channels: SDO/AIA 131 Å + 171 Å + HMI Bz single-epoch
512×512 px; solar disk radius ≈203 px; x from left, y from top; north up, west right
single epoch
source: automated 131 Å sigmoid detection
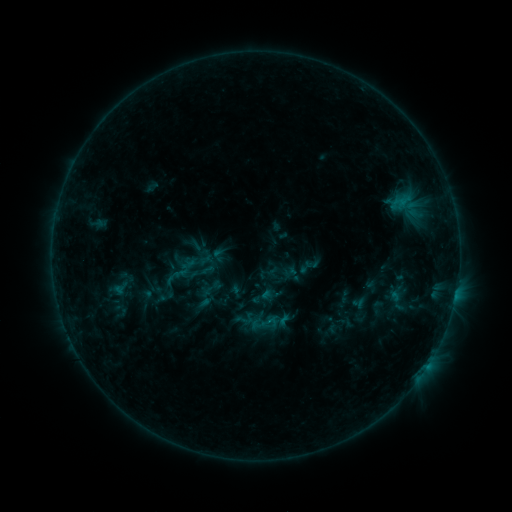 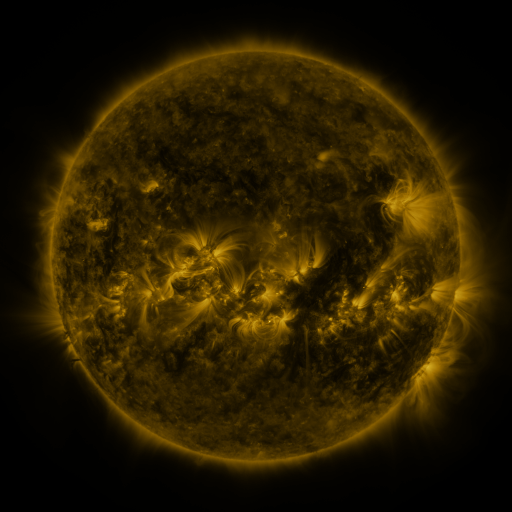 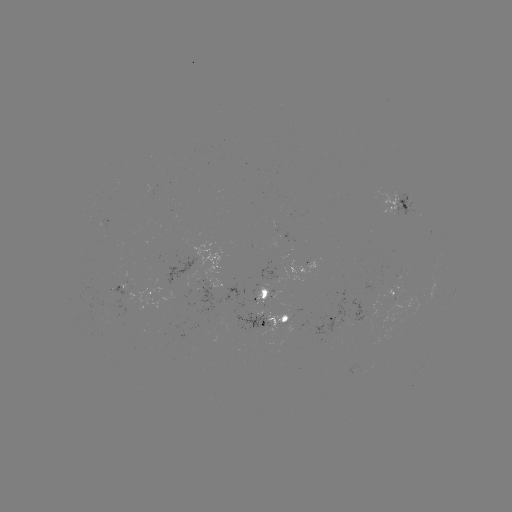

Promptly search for sigmoid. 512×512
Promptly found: (208, 270).